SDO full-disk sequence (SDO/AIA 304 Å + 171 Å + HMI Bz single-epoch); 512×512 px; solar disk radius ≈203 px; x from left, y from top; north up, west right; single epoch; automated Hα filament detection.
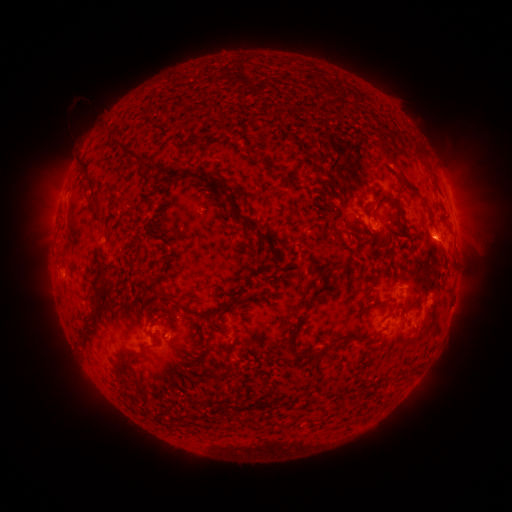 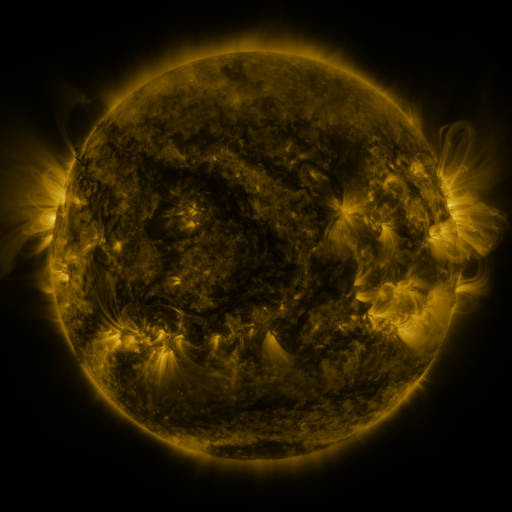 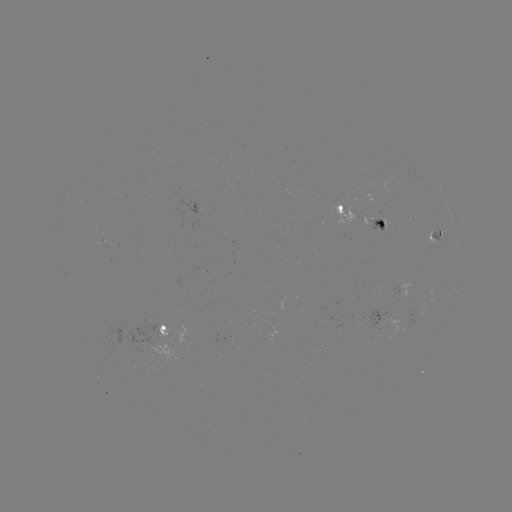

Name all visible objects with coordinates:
filament: (187, 142)
filament: (249, 149)
filament: (417, 150)
filament: (383, 151)
filament: (127, 153)
filament: (177, 175)
filament: (207, 176)
filament: (86, 177)
filament: (285, 178)
filament: (241, 198)
filament: (336, 200)
filament: (95, 204)
filament: (221, 206)
filament: (235, 207)
filament: (399, 207)
filament: (333, 227)
filament: (385, 234)
filament: (264, 240)
filament: (337, 266)
filament: (165, 296)
filament: (94, 302)
filament: (360, 307)
filament: (203, 317)
filament: (165, 318)
filament: (211, 332)
filament: (85, 333)
filament: (296, 333)
filament: (359, 337)
filament: (305, 355)
filament: (129, 358)
